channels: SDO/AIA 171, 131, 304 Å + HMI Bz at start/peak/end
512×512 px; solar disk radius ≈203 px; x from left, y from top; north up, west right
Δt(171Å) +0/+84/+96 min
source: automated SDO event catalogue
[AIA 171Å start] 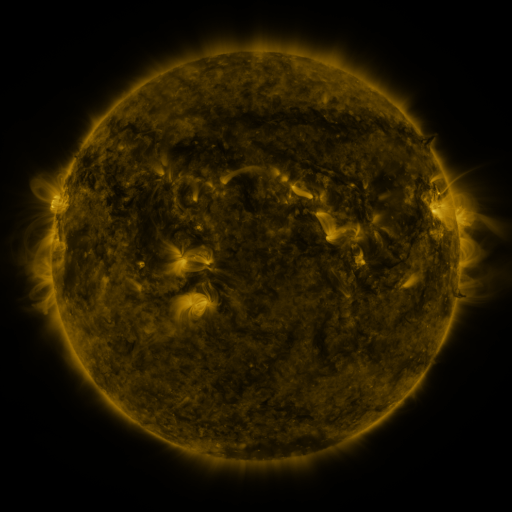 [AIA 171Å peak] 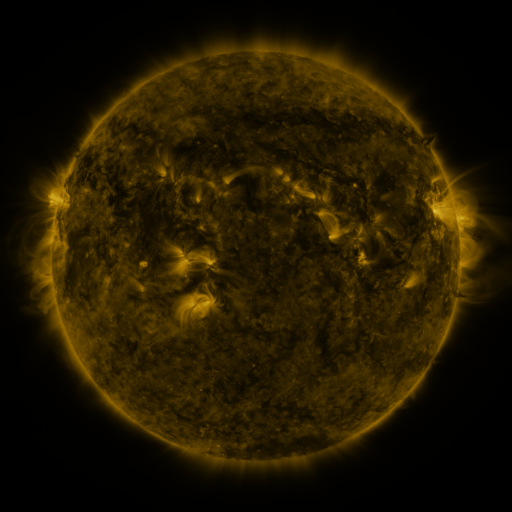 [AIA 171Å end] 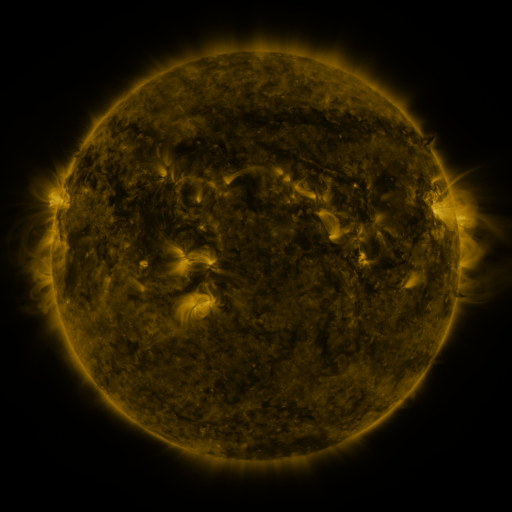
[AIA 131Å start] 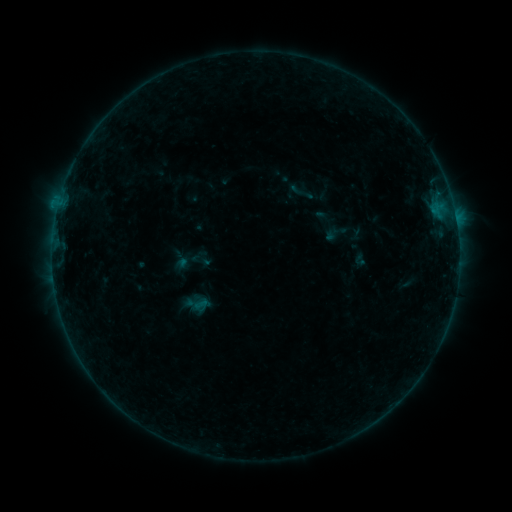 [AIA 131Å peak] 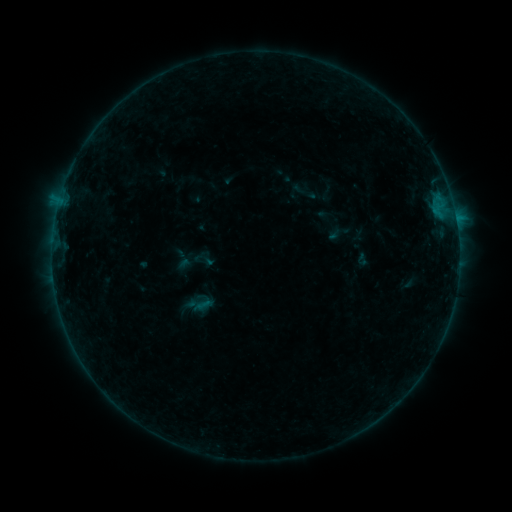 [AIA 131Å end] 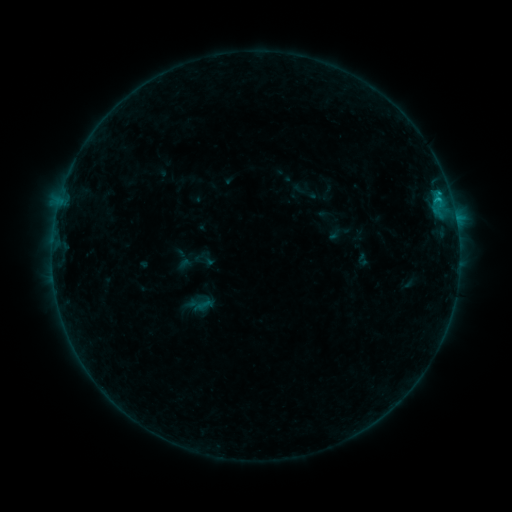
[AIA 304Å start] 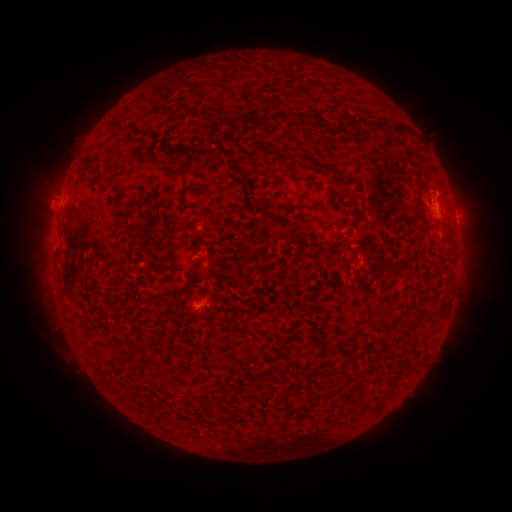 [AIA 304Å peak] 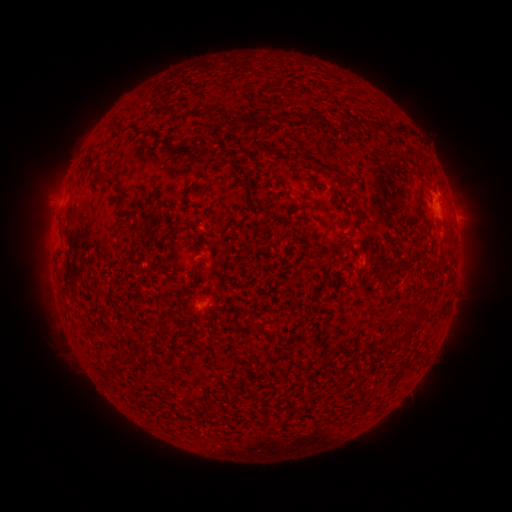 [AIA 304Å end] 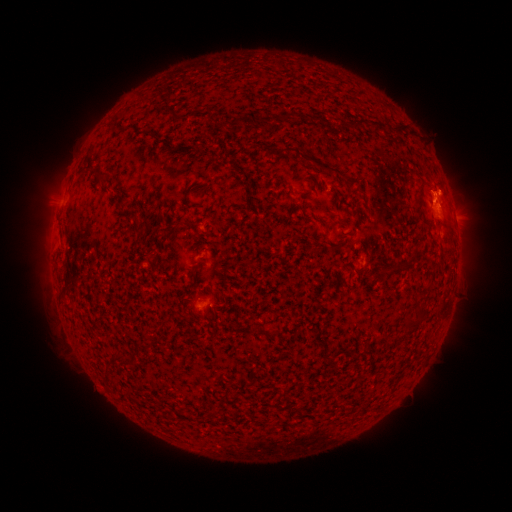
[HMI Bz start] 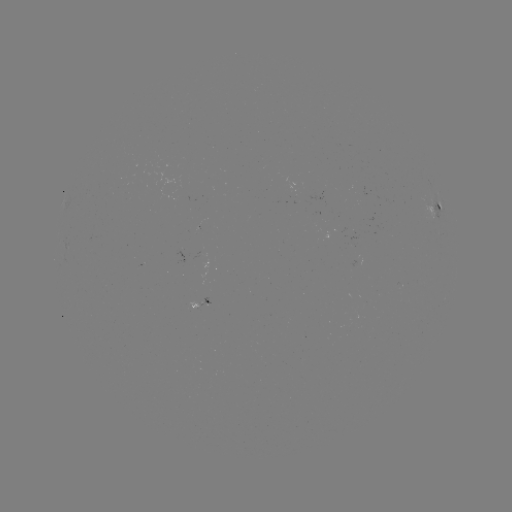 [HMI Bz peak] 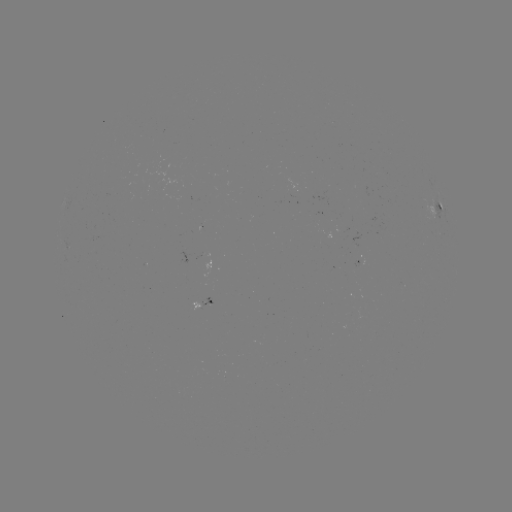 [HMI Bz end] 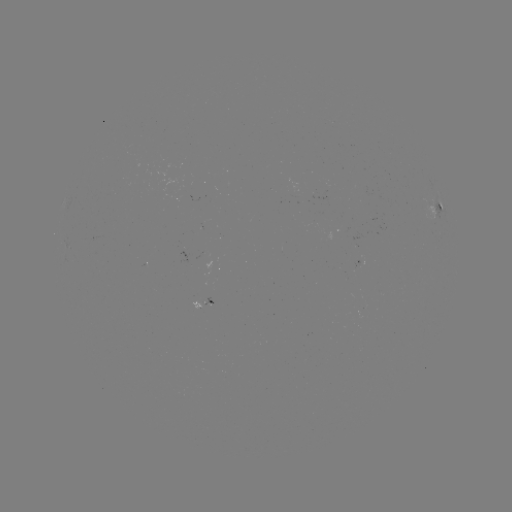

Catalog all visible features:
emerging-flux region: (343, 228)
